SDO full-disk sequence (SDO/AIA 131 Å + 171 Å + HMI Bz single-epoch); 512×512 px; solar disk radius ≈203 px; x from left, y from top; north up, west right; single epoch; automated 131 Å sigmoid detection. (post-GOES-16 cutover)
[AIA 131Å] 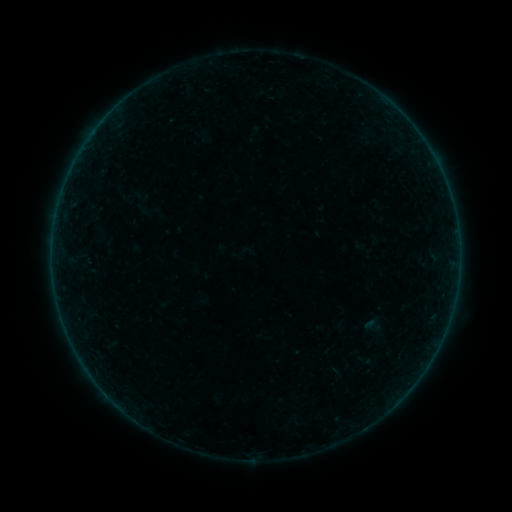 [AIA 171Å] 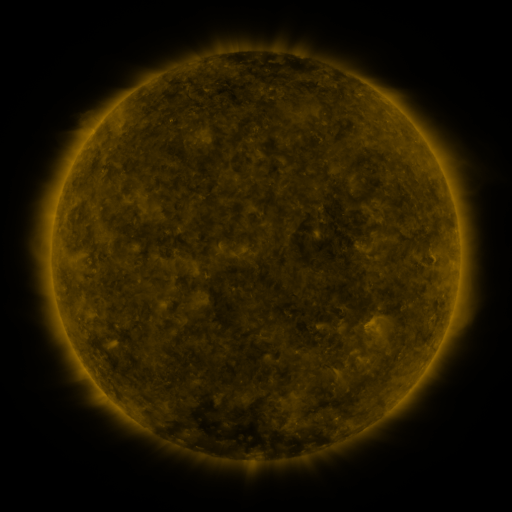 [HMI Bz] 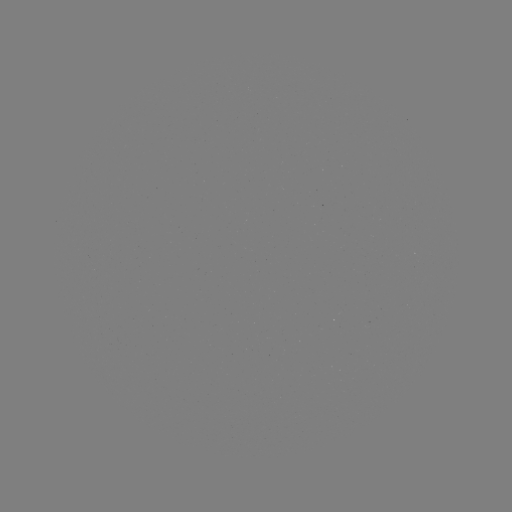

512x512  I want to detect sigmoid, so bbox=[363, 315, 382, 336].